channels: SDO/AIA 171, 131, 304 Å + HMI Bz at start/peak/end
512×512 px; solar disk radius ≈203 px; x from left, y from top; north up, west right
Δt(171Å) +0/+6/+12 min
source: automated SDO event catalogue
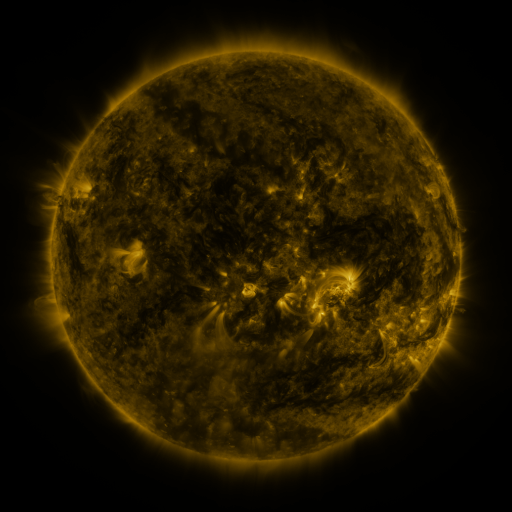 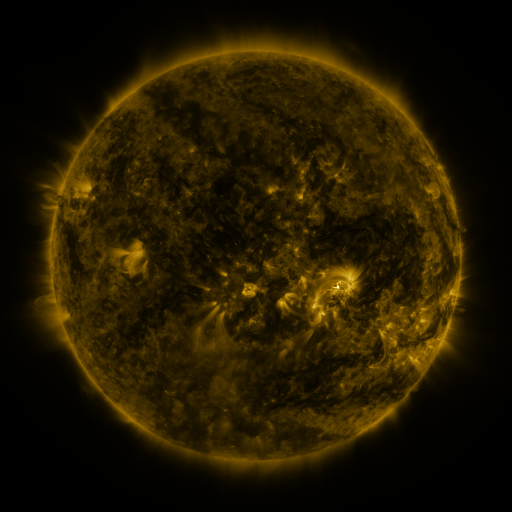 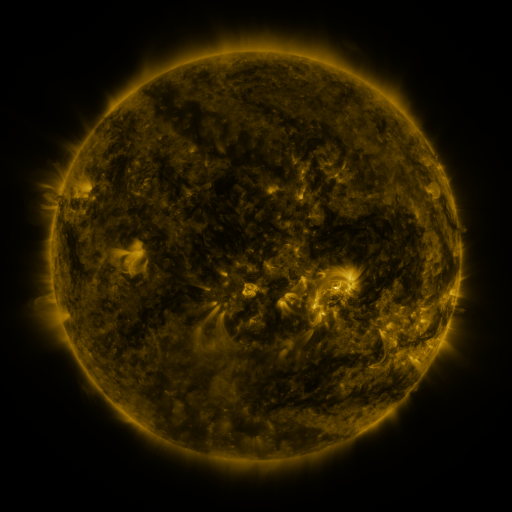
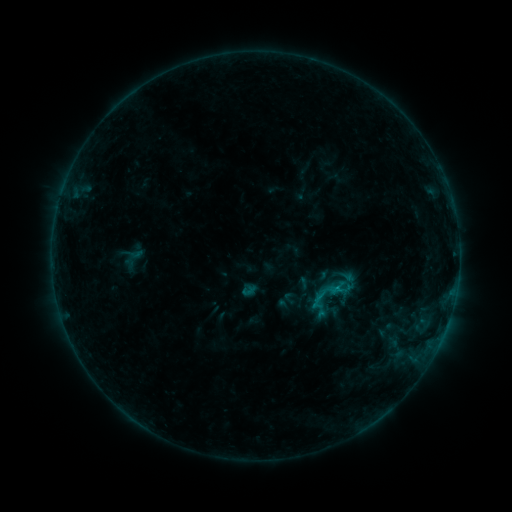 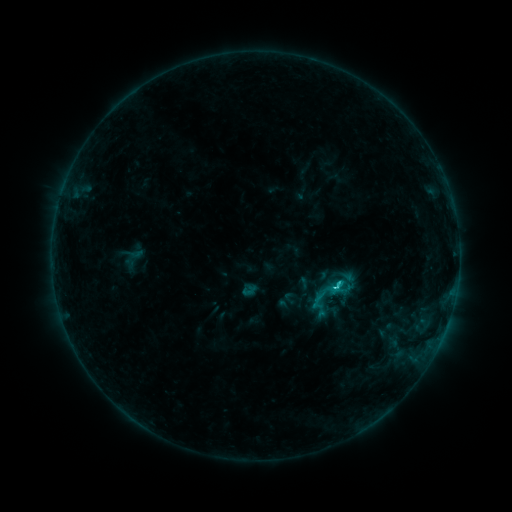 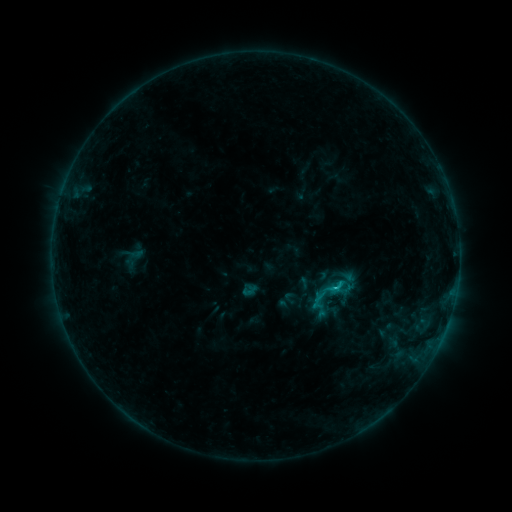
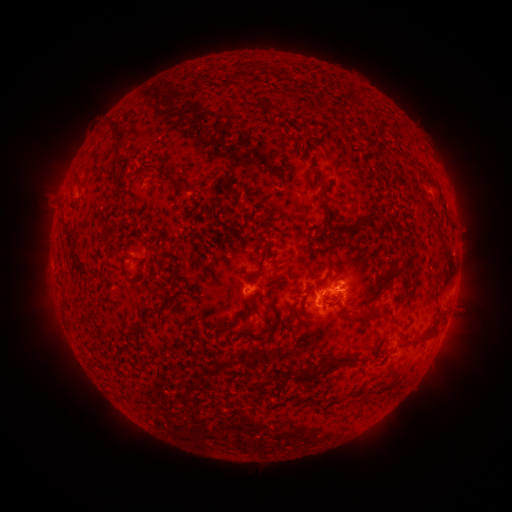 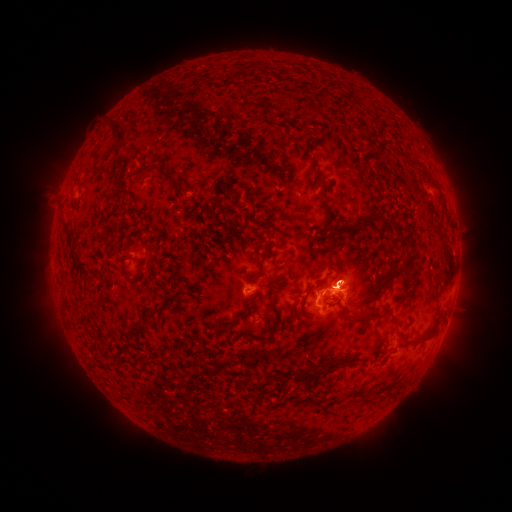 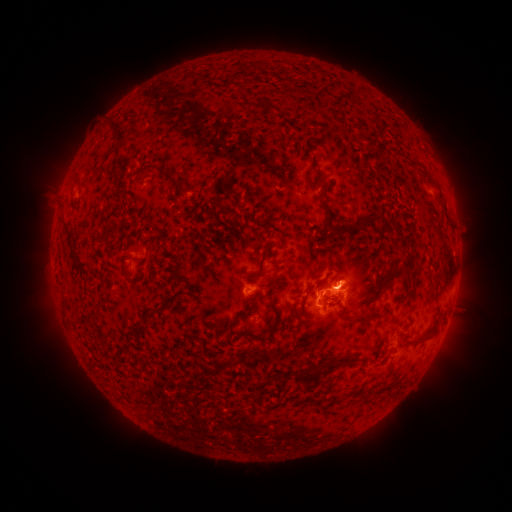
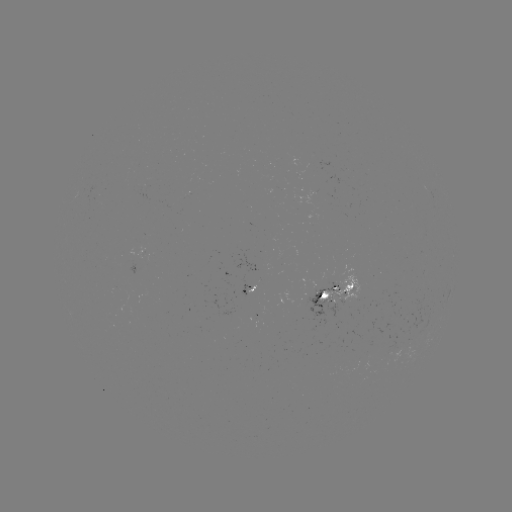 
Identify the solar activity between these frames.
C1.9 flare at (336, 285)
